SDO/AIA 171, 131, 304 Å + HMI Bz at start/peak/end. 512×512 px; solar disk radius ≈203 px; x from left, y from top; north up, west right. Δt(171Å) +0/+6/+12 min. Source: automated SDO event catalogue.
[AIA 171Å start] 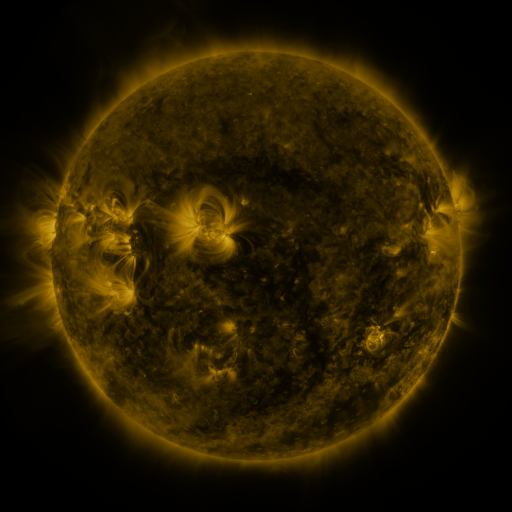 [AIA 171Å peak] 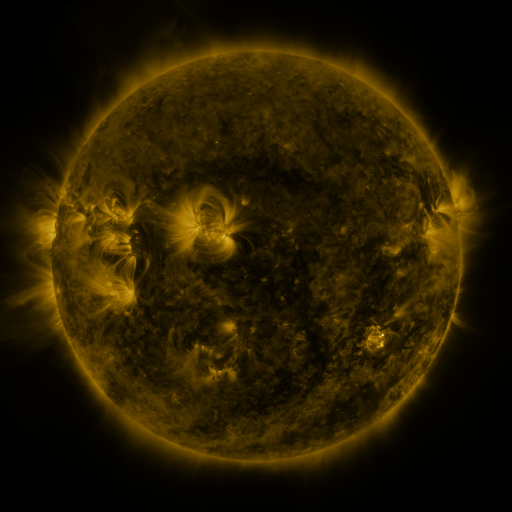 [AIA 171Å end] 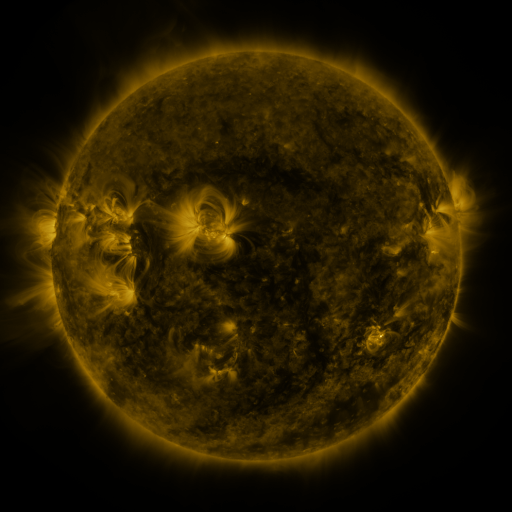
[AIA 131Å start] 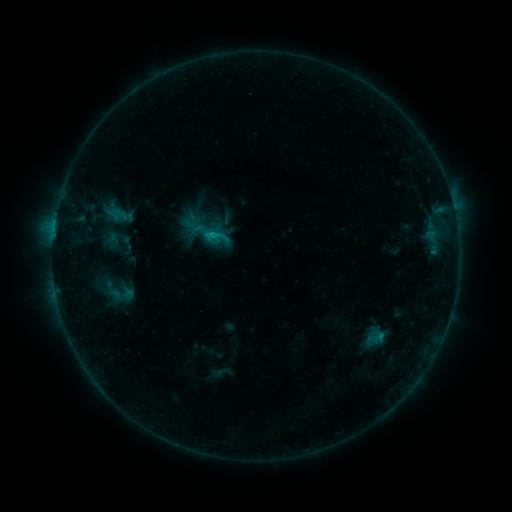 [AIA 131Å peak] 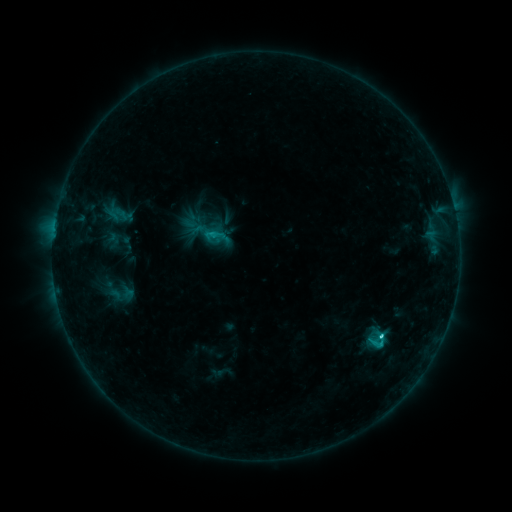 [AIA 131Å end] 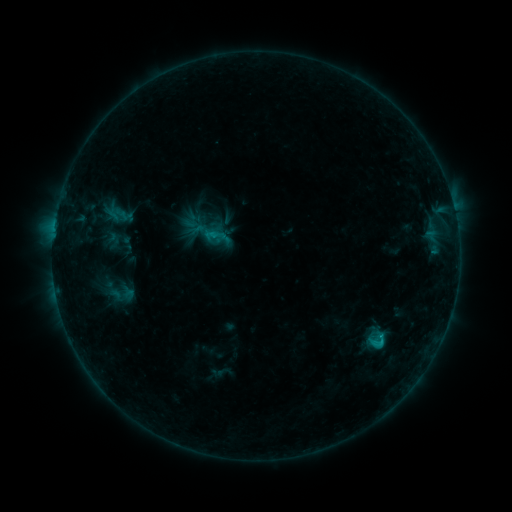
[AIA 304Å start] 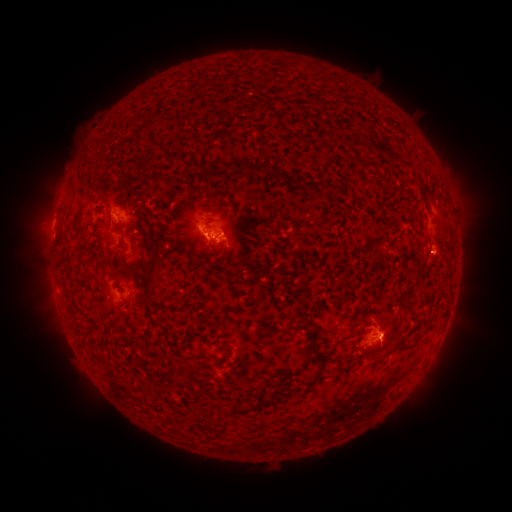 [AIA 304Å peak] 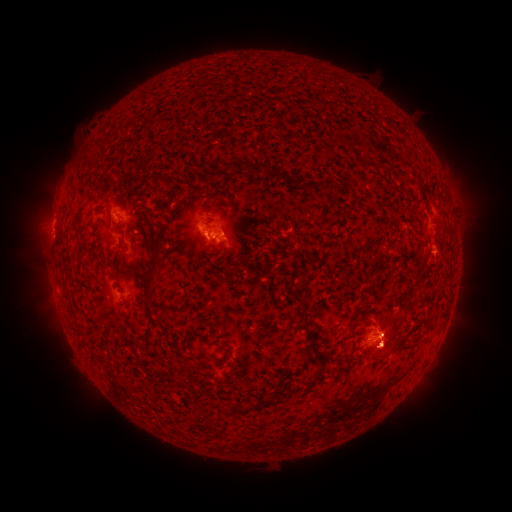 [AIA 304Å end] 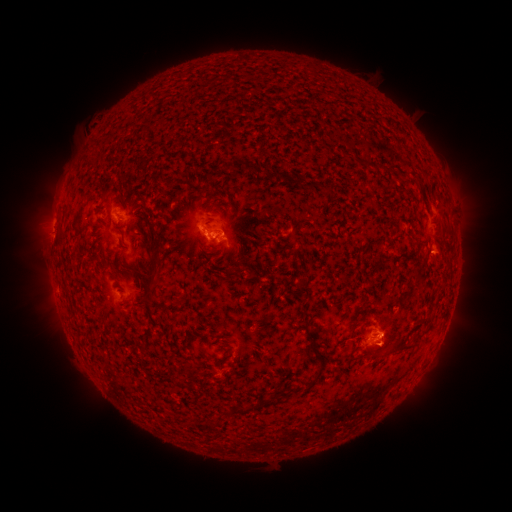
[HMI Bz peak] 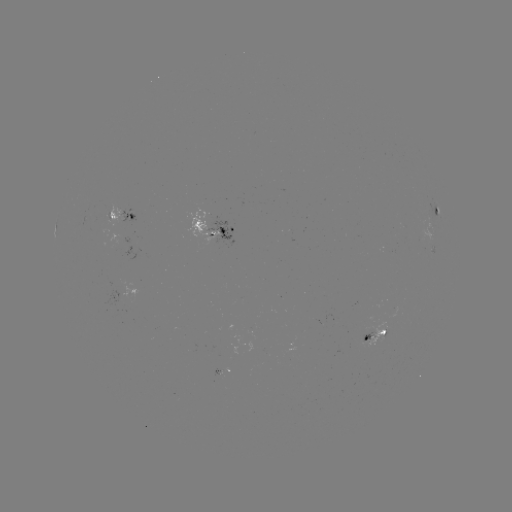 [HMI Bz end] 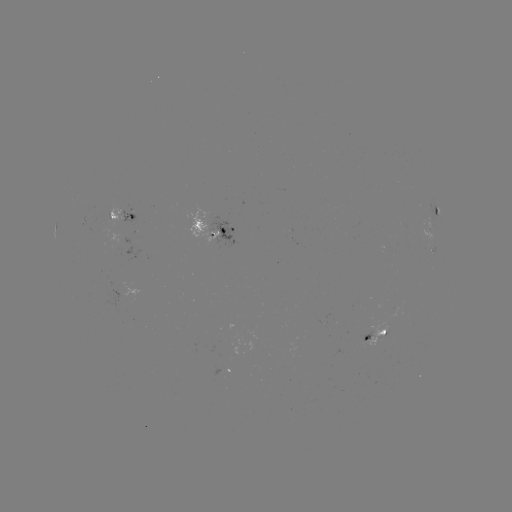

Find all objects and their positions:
eruption: (383, 400)
